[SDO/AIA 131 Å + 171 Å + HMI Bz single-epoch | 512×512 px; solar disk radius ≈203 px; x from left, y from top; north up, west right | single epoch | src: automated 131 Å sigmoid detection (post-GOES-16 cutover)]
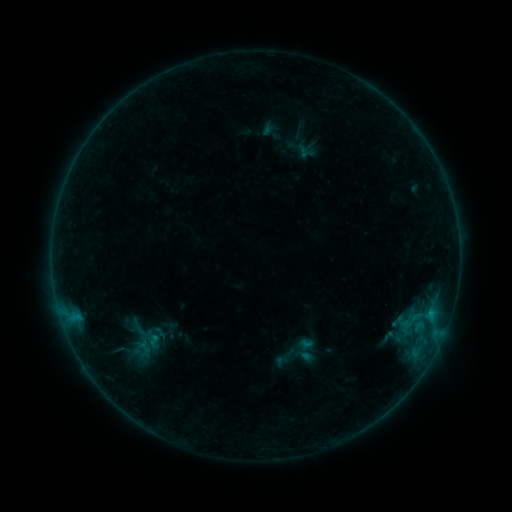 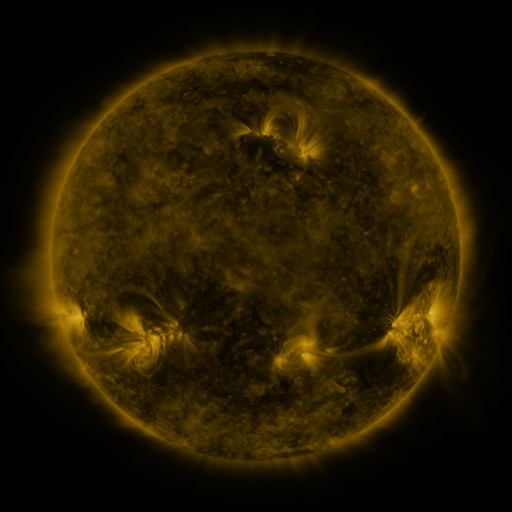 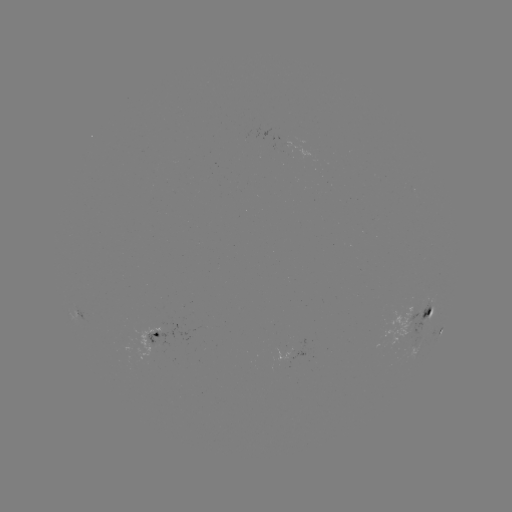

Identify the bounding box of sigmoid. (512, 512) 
[292, 338, 316, 362].